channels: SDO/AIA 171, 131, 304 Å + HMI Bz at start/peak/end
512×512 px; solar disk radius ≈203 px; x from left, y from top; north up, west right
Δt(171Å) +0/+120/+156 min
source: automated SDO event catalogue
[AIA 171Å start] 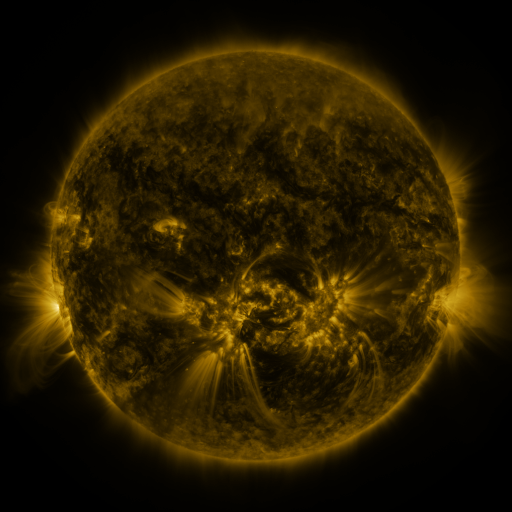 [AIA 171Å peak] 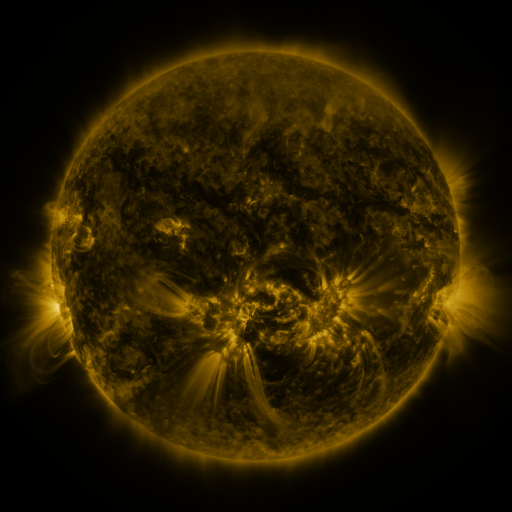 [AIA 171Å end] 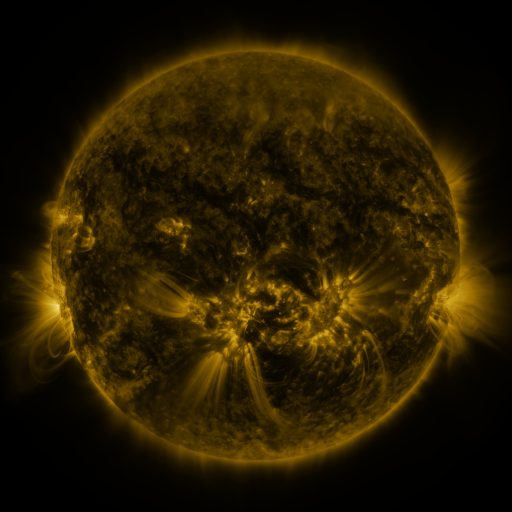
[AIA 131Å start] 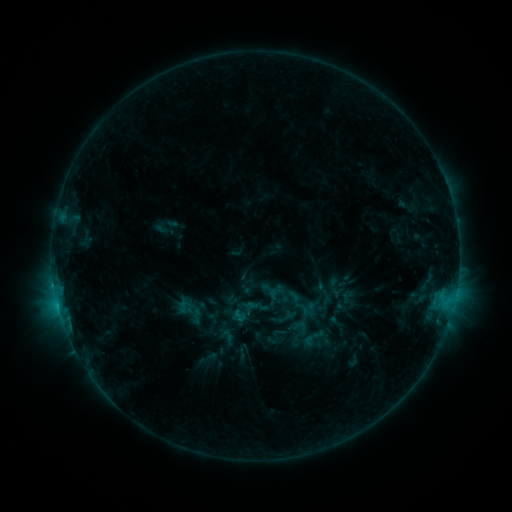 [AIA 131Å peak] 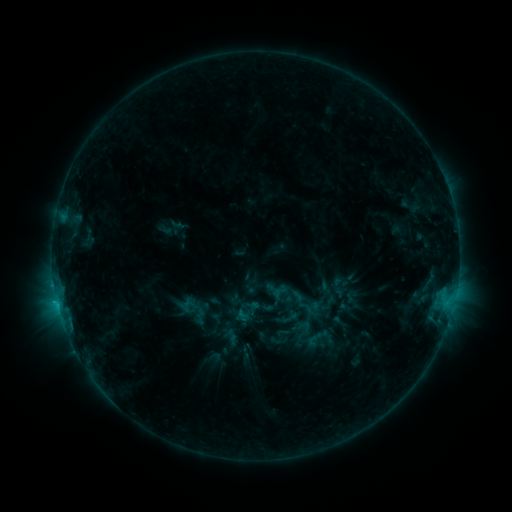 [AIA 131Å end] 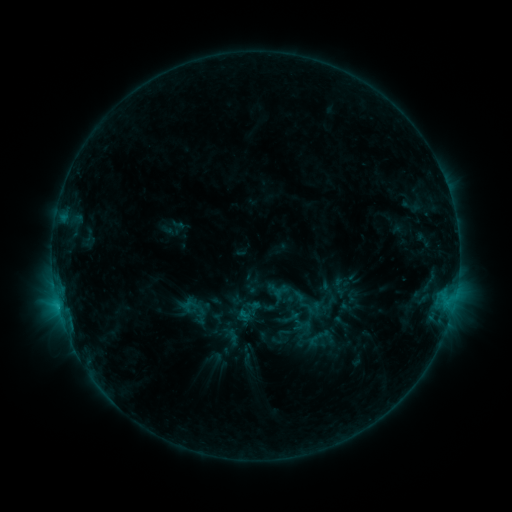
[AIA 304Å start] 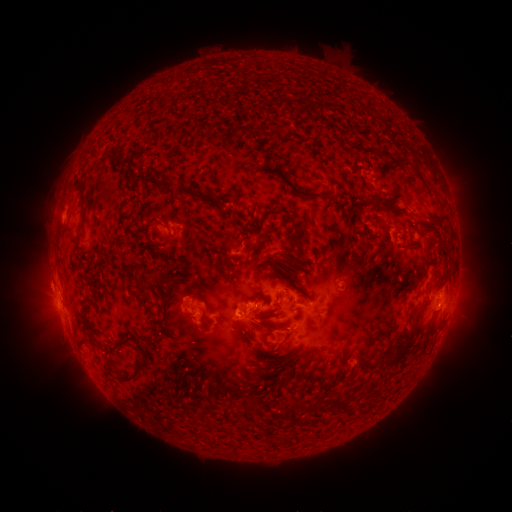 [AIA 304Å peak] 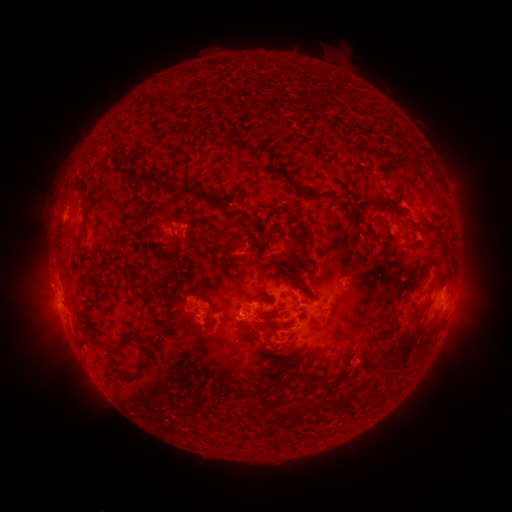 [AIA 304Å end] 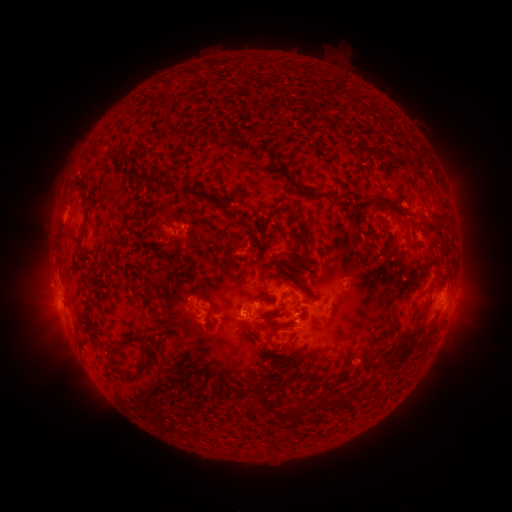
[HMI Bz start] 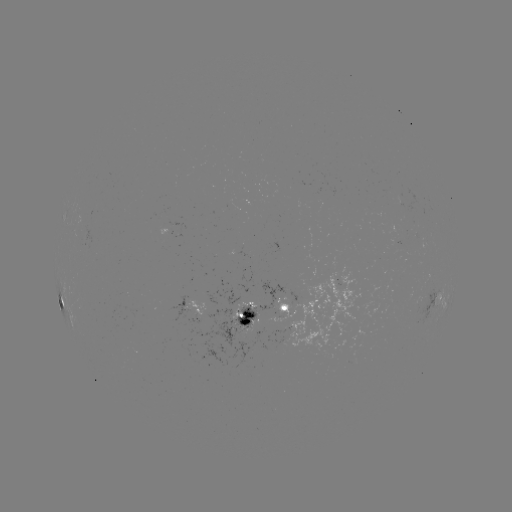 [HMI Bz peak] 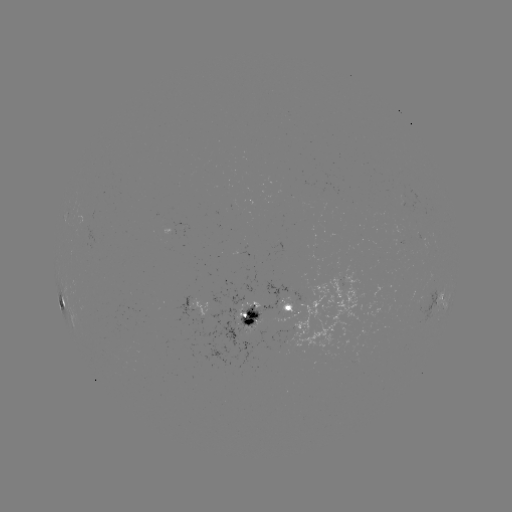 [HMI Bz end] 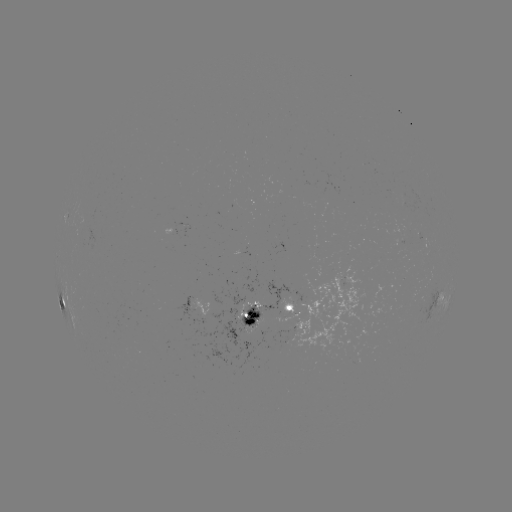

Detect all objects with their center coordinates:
emerging-flux region: (247, 314)
